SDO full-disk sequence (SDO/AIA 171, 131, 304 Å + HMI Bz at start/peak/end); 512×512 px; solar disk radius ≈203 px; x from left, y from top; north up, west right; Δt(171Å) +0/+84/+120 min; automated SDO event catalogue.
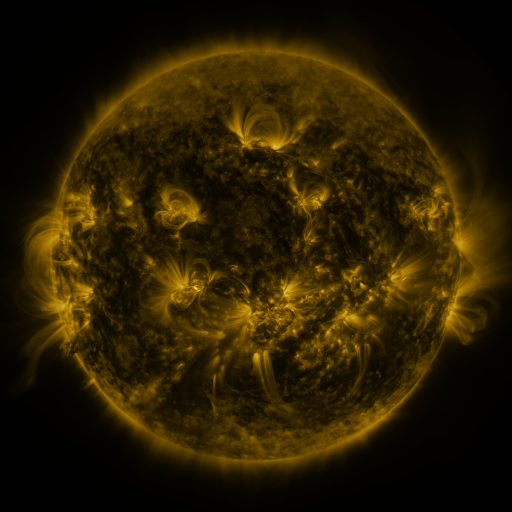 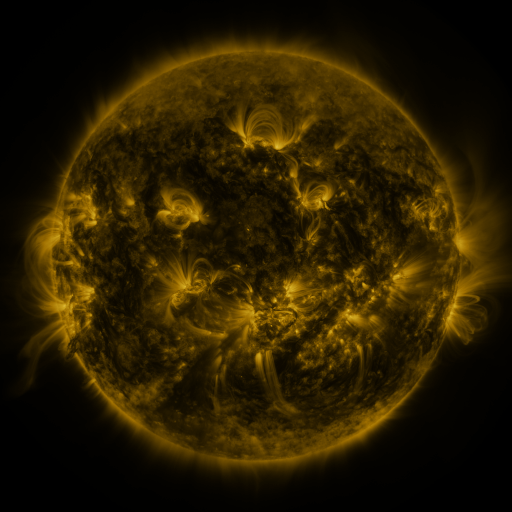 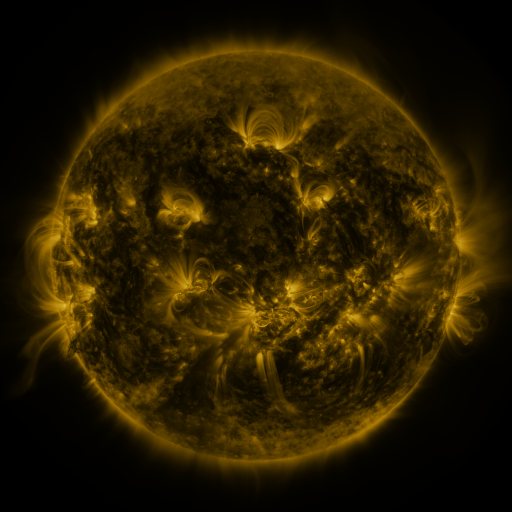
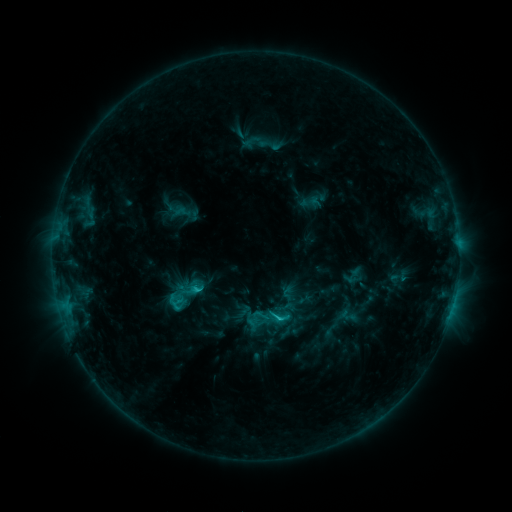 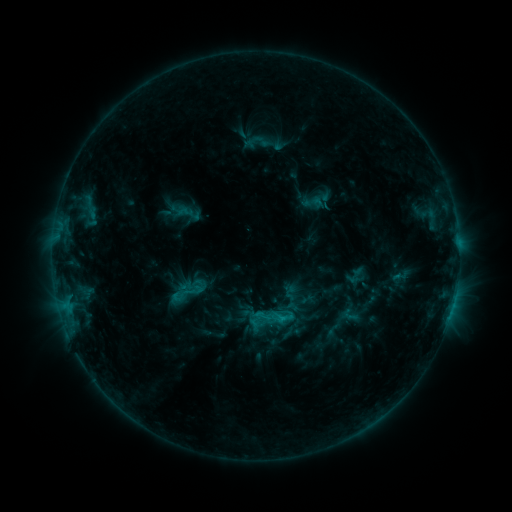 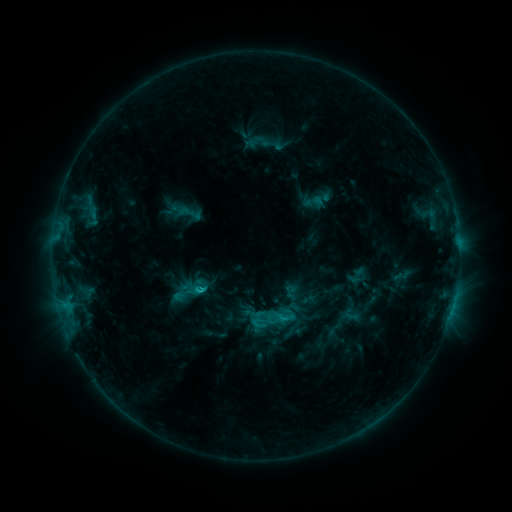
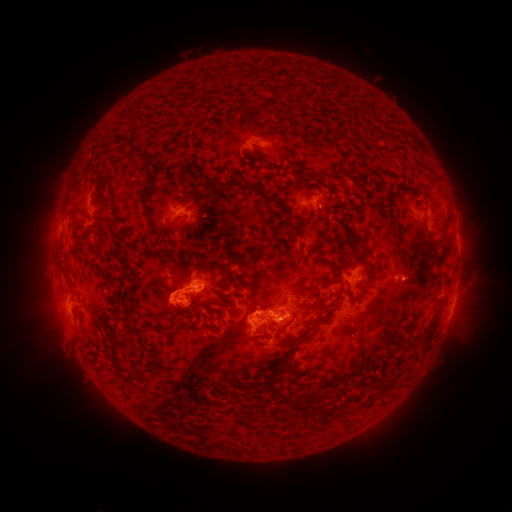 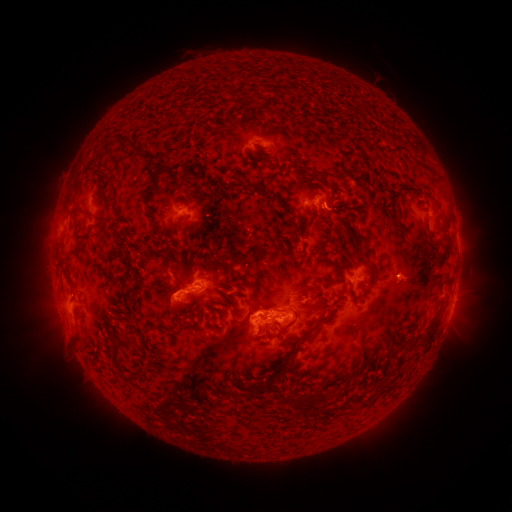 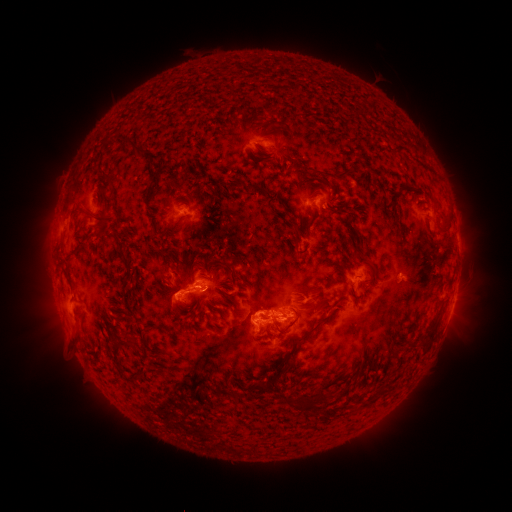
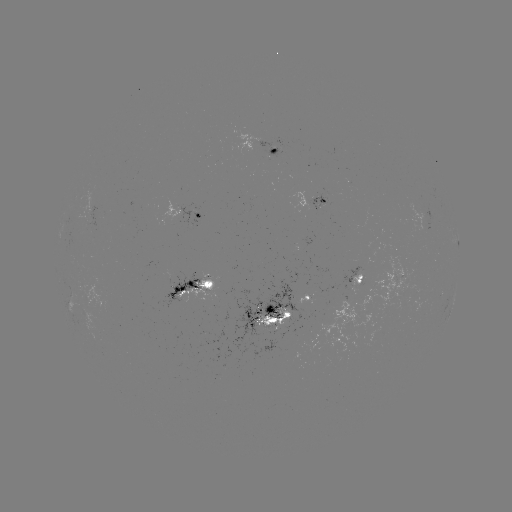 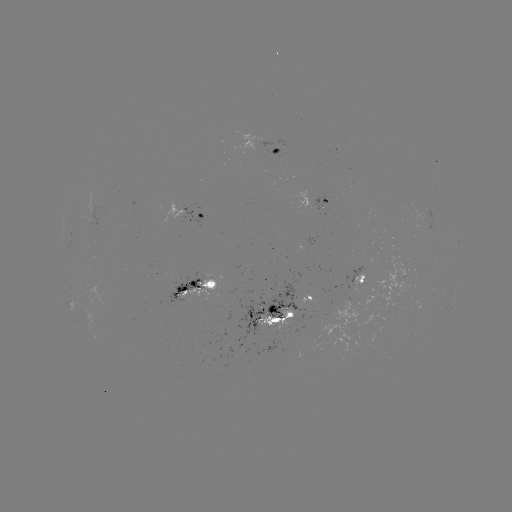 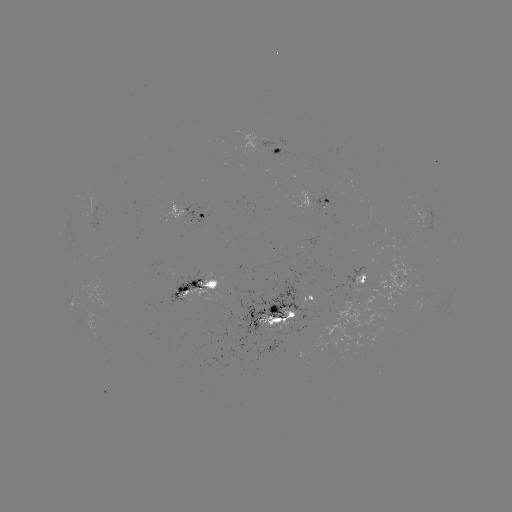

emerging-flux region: (297, 233, 317, 246)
